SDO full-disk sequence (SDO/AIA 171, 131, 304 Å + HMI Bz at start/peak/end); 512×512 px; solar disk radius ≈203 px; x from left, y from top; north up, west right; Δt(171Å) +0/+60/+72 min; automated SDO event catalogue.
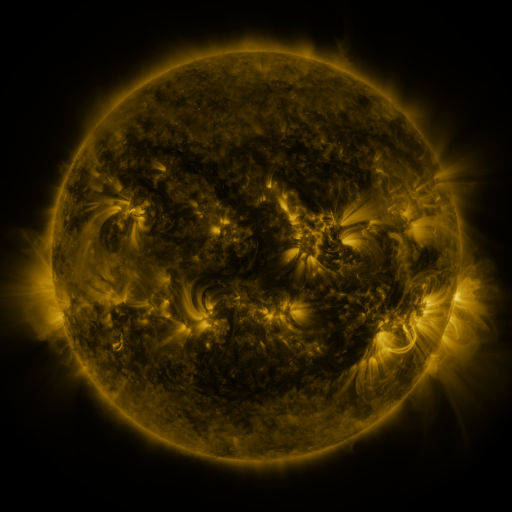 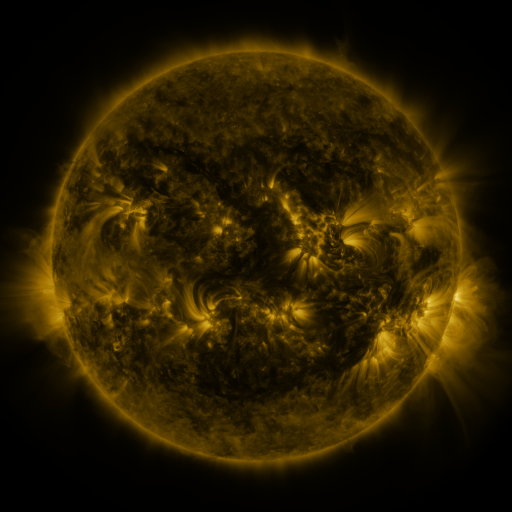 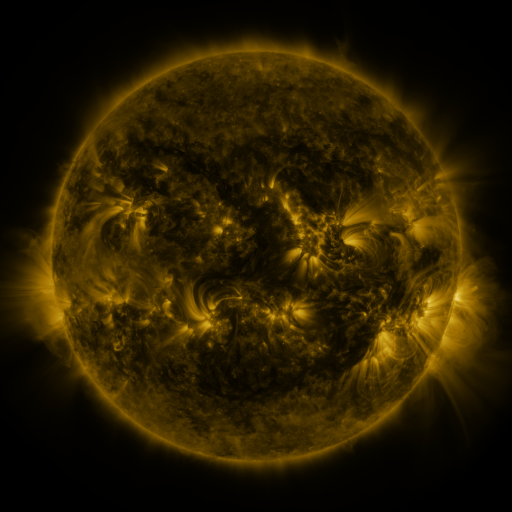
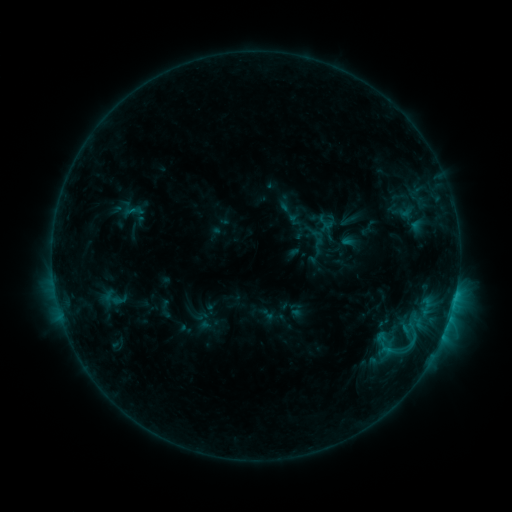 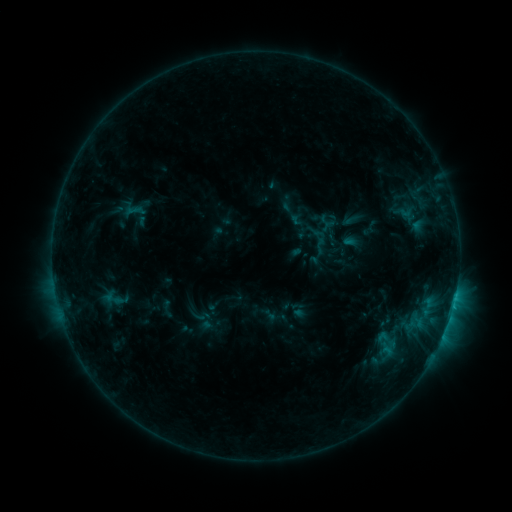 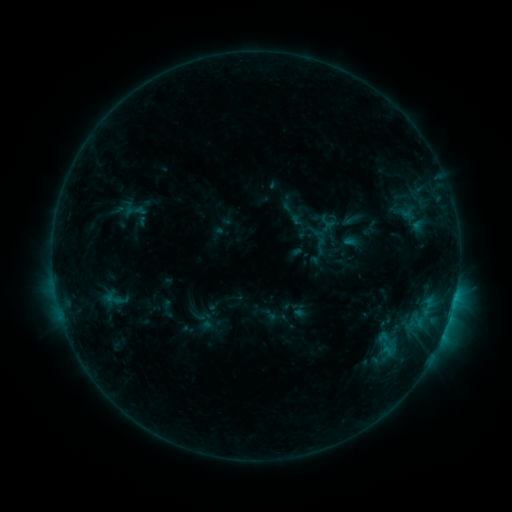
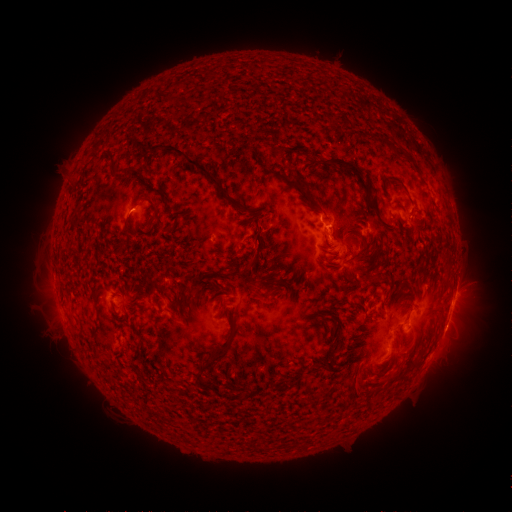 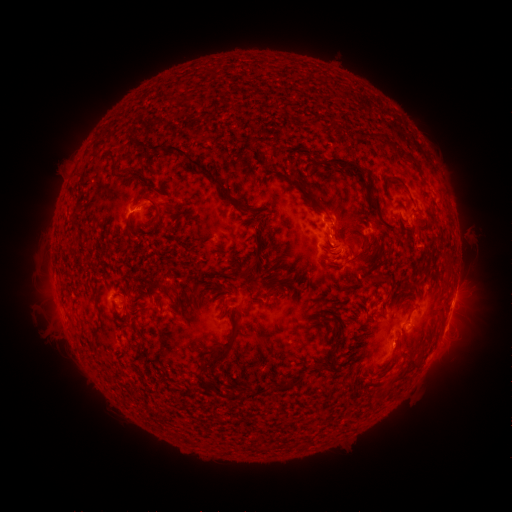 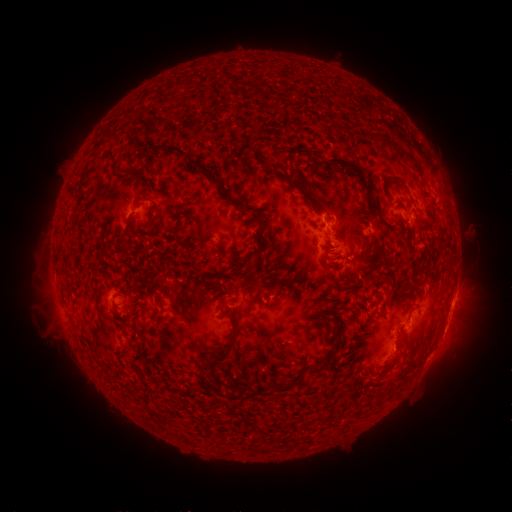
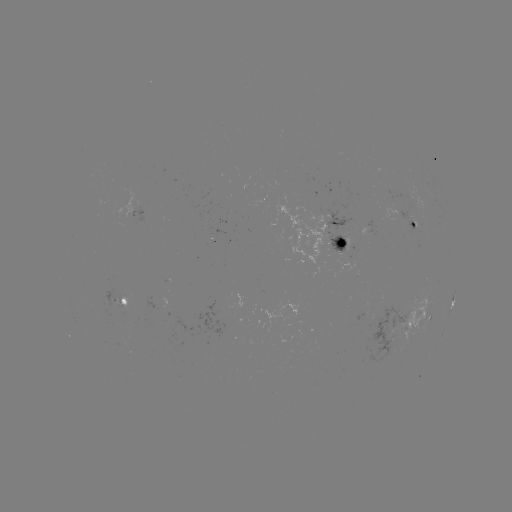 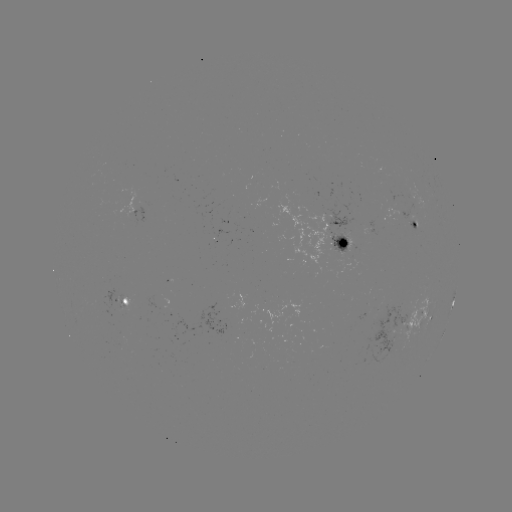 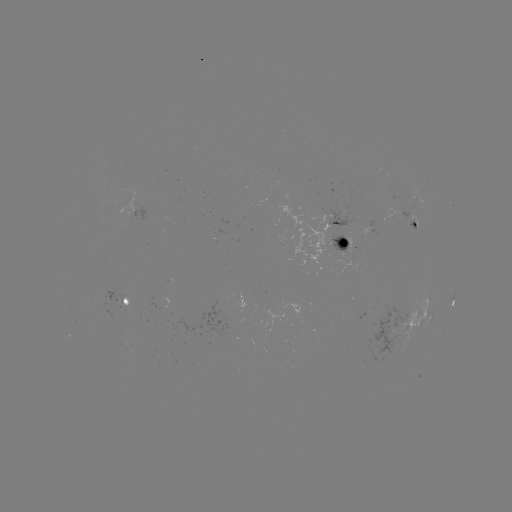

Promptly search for emerging-flux region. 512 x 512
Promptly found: [411, 222].